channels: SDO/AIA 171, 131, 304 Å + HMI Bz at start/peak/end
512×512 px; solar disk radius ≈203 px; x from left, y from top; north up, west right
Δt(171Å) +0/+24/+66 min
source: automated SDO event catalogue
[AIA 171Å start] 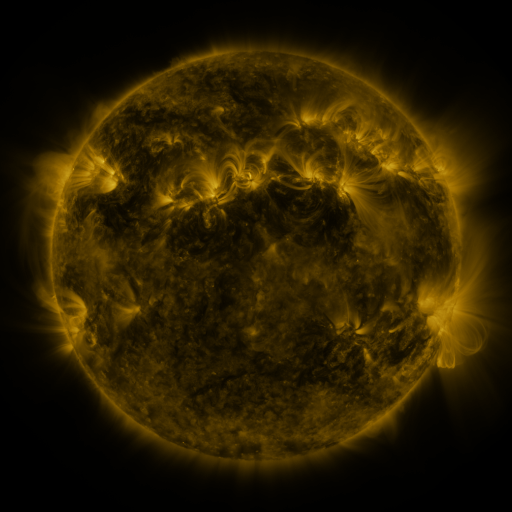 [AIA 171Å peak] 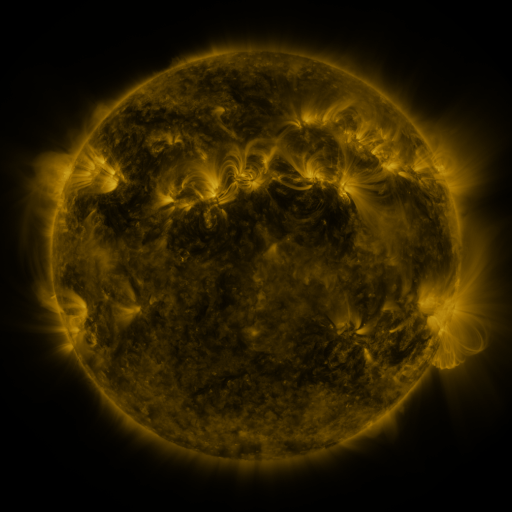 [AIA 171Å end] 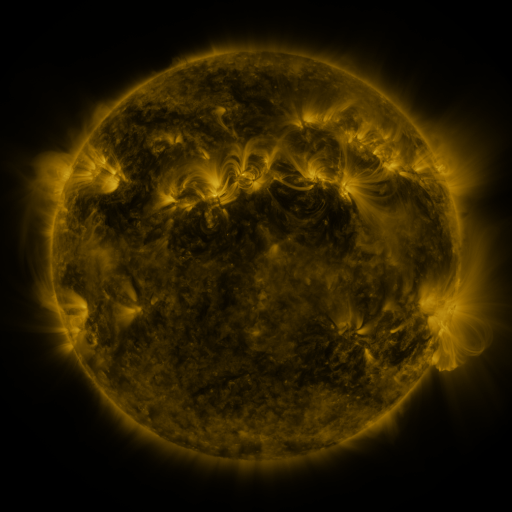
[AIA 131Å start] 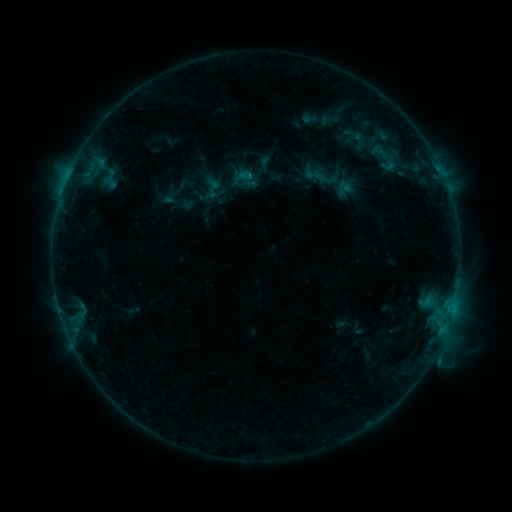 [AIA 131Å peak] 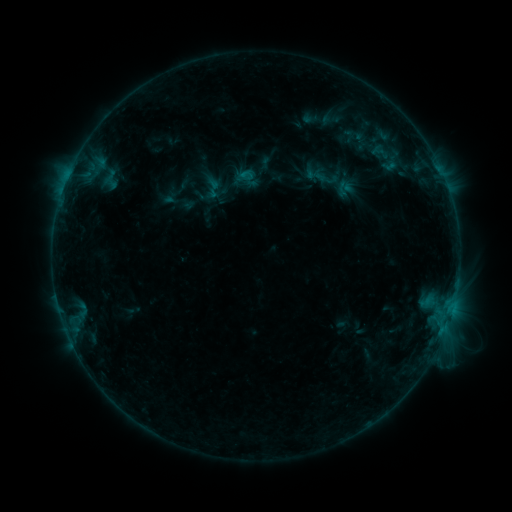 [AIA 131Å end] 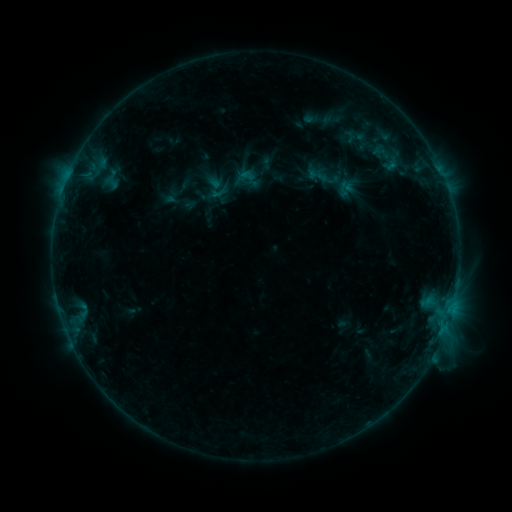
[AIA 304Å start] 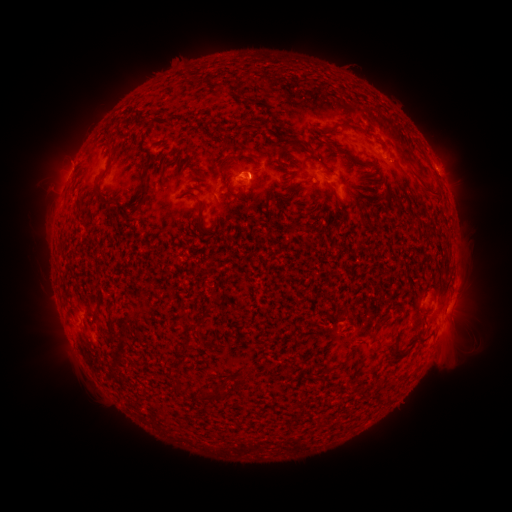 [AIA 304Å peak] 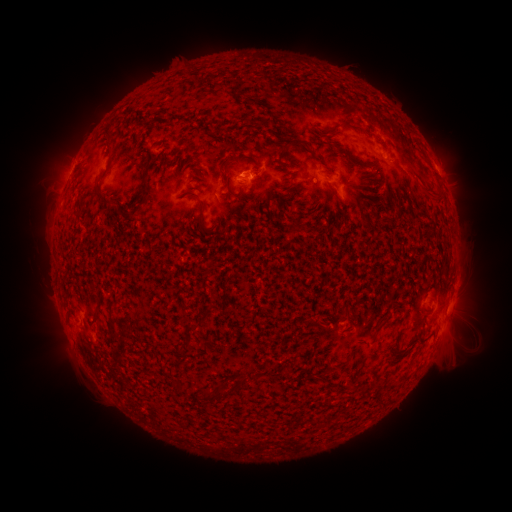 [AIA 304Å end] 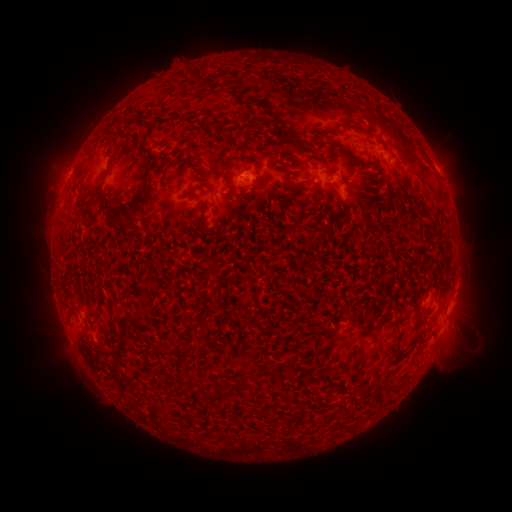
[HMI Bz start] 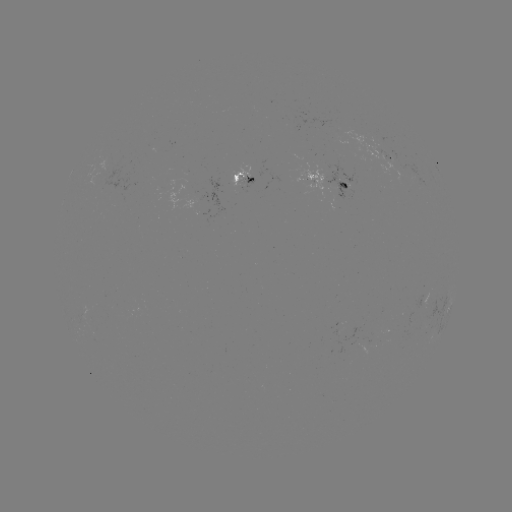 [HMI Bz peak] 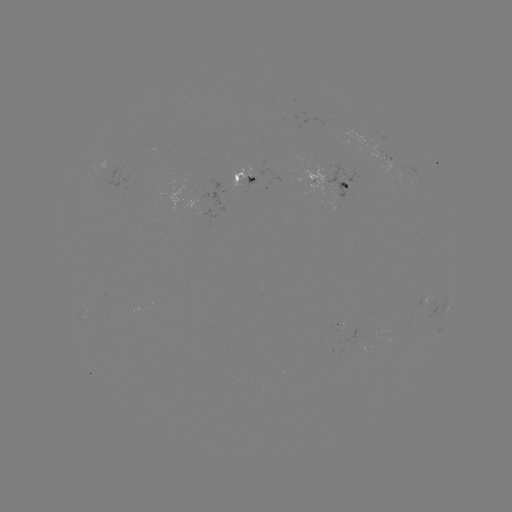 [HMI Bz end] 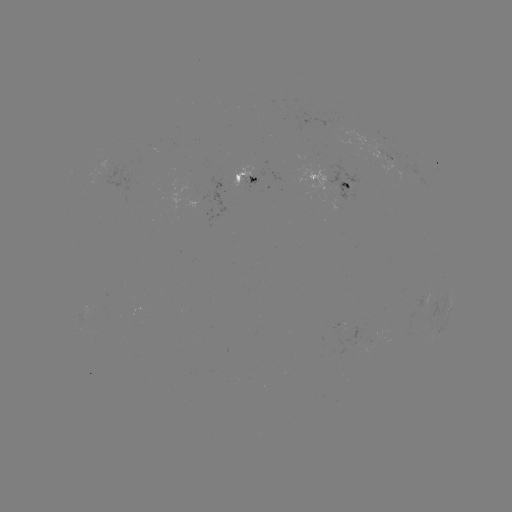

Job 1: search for emerging-flux region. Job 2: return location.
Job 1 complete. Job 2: (348, 180).